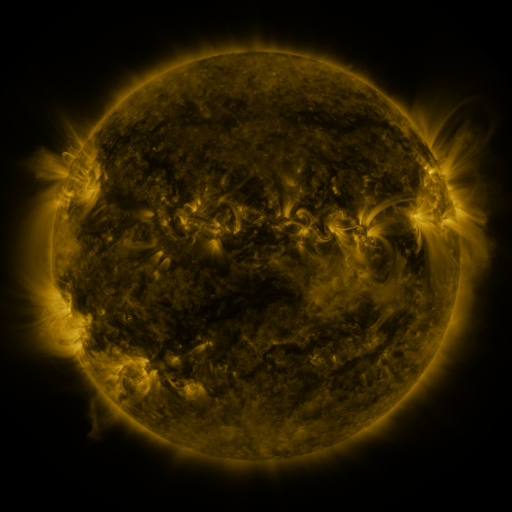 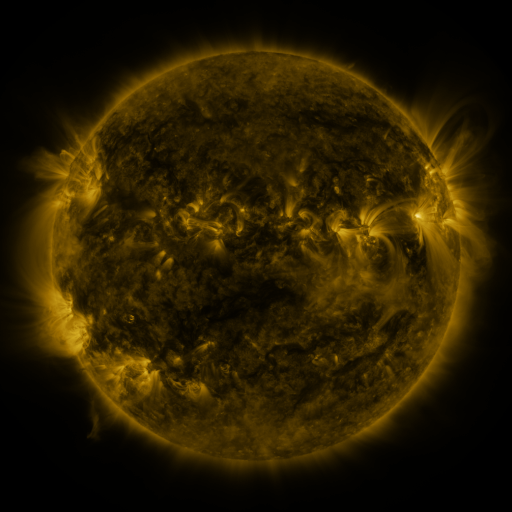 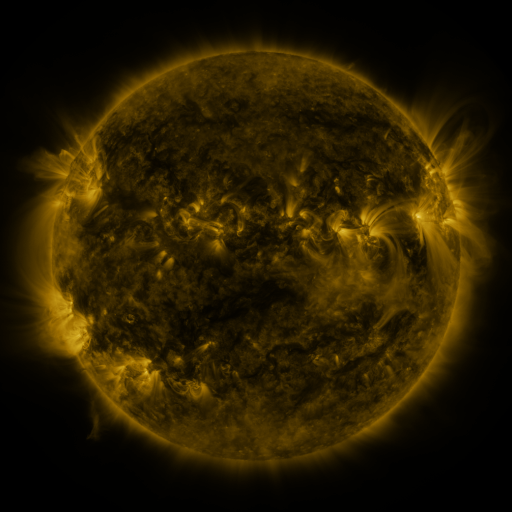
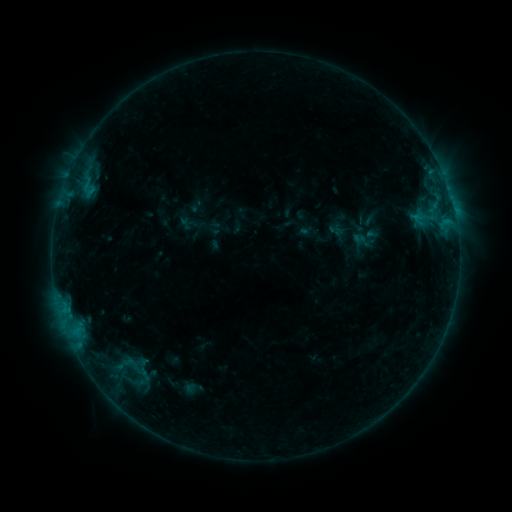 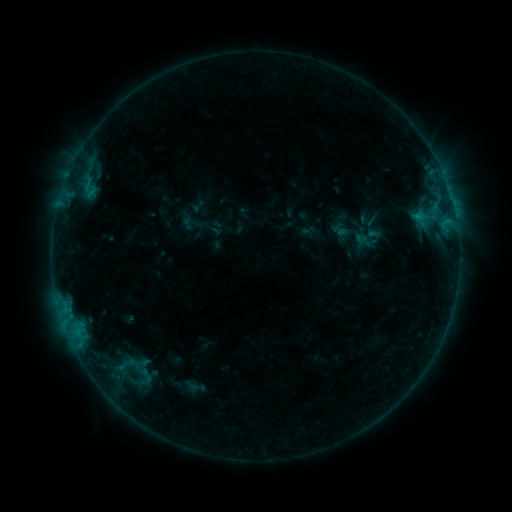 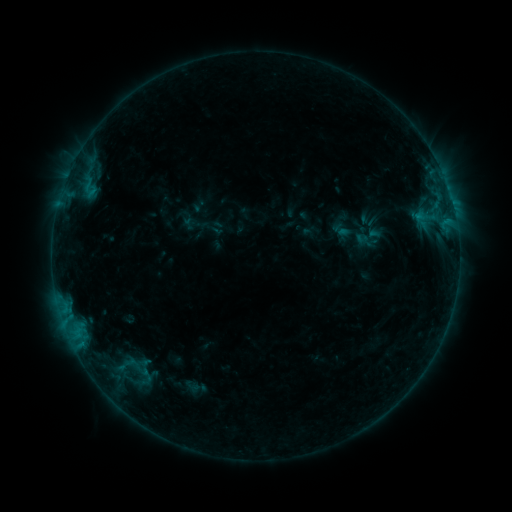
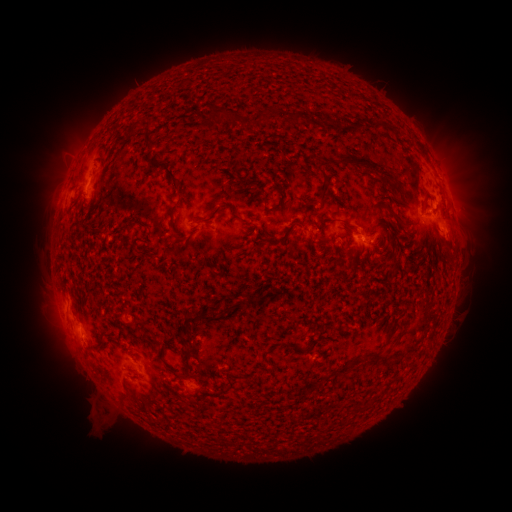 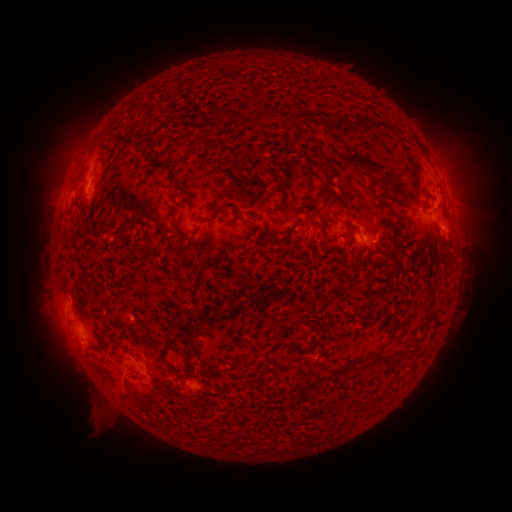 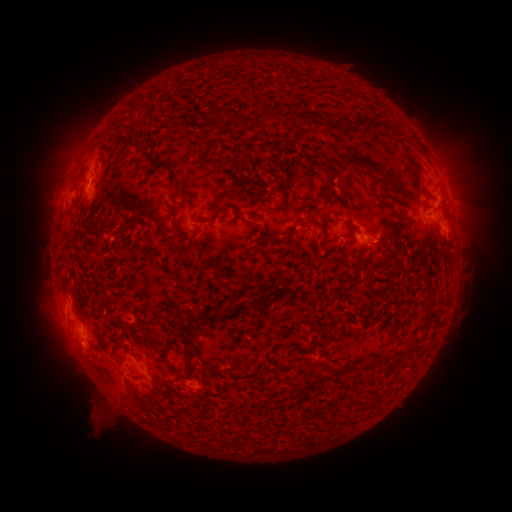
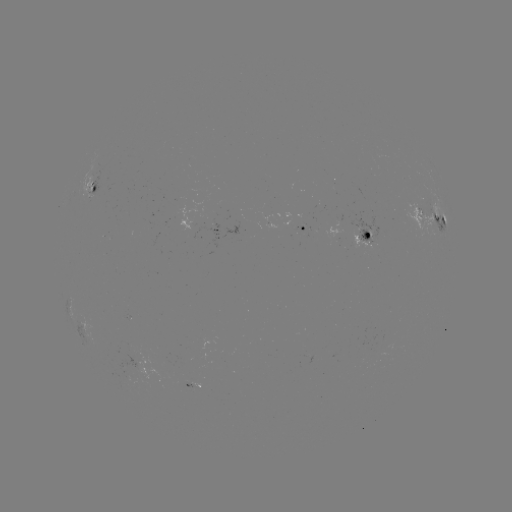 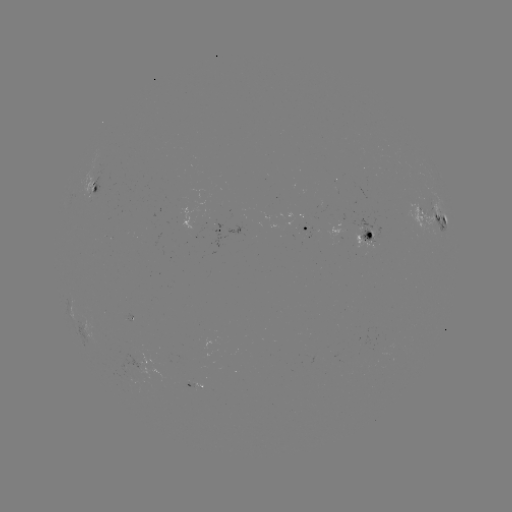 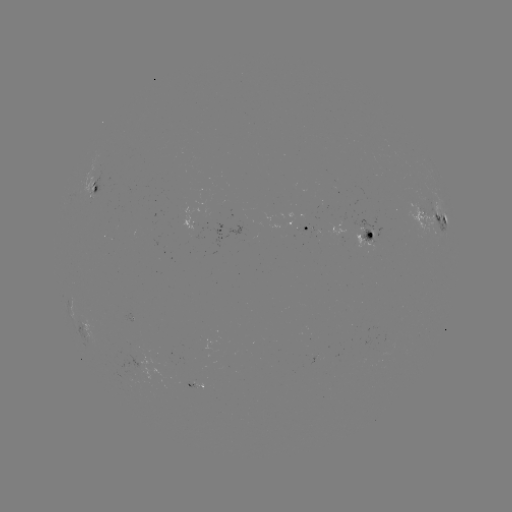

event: emerging-flux region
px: (303, 221)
